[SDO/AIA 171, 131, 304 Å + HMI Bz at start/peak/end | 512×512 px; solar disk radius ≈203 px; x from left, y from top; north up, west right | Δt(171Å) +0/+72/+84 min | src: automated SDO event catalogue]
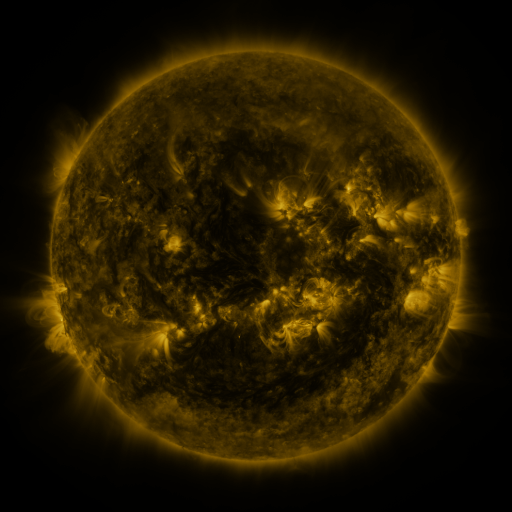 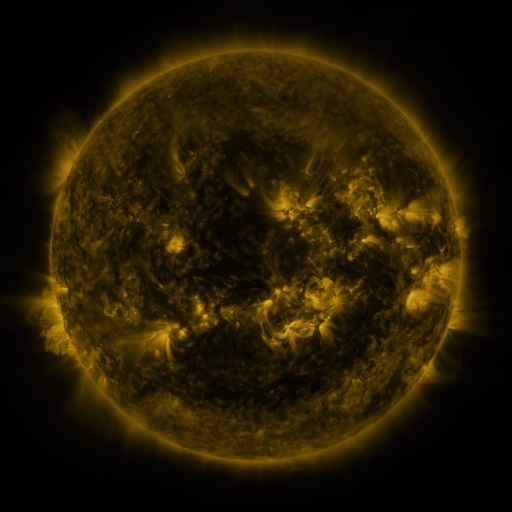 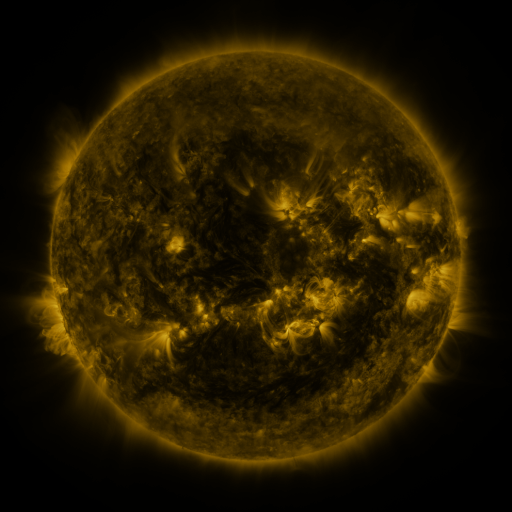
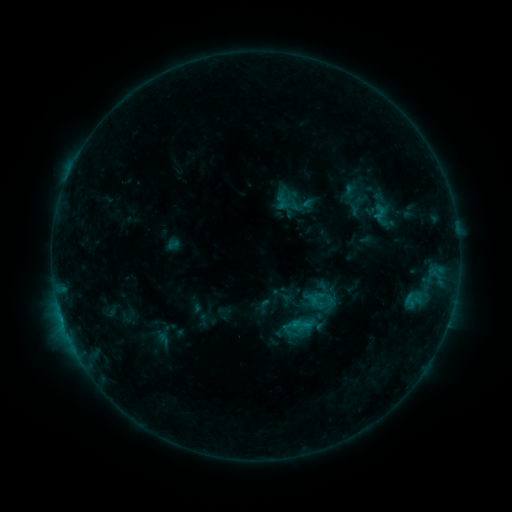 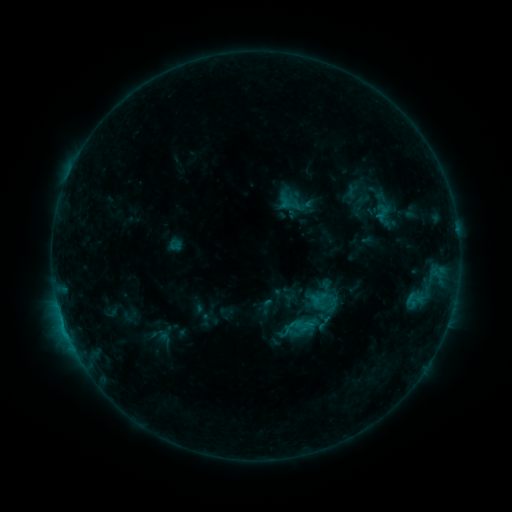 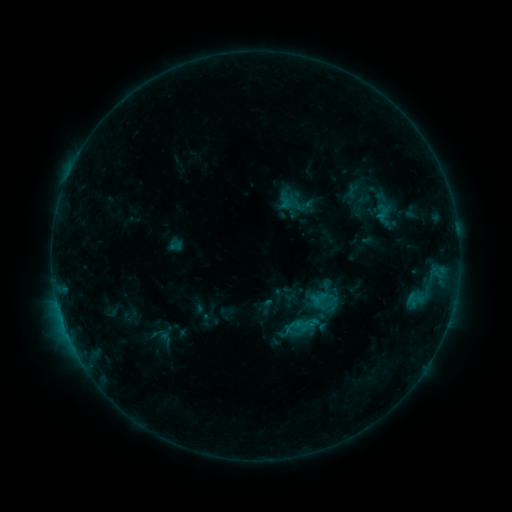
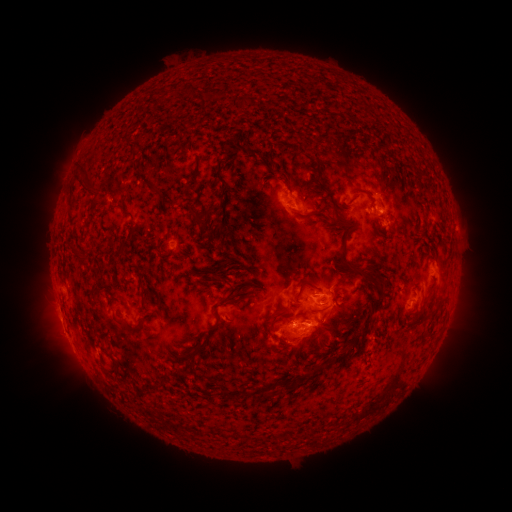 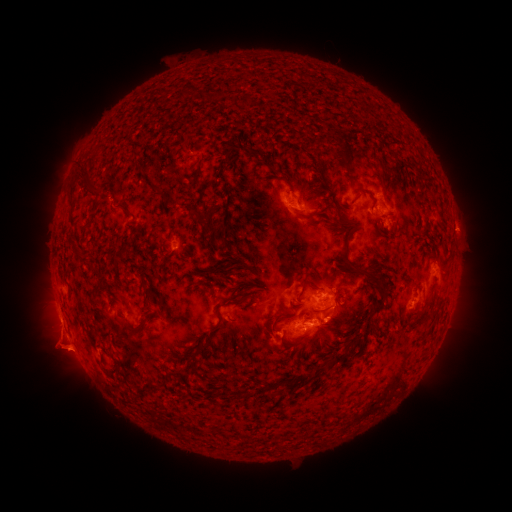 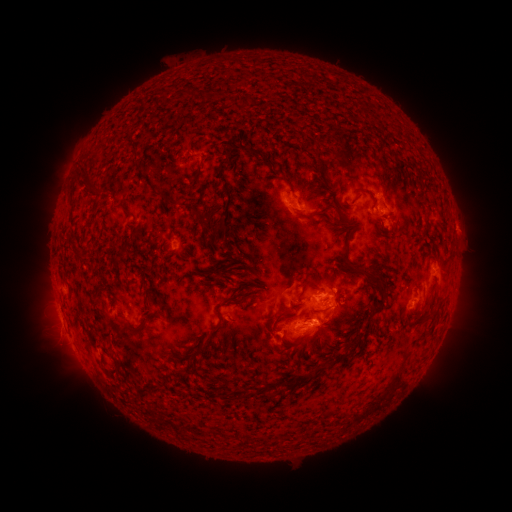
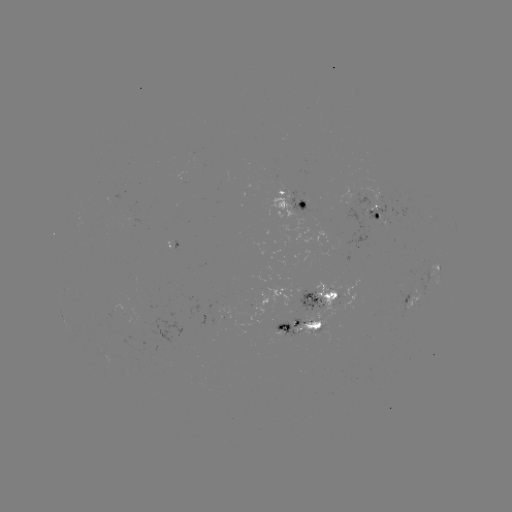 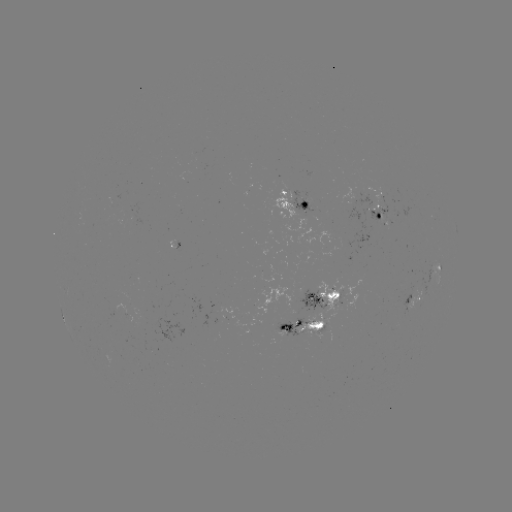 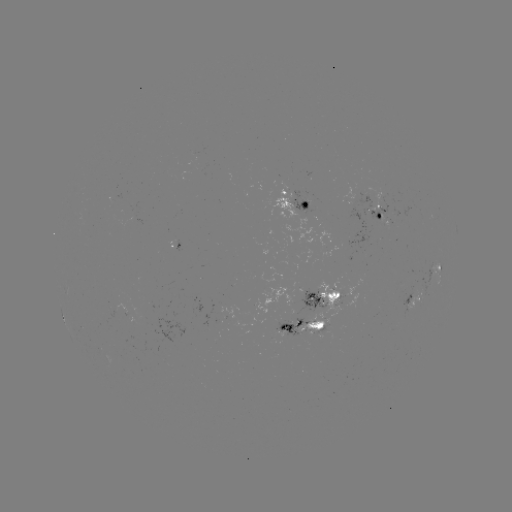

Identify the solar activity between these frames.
emerging-flux region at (333, 300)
